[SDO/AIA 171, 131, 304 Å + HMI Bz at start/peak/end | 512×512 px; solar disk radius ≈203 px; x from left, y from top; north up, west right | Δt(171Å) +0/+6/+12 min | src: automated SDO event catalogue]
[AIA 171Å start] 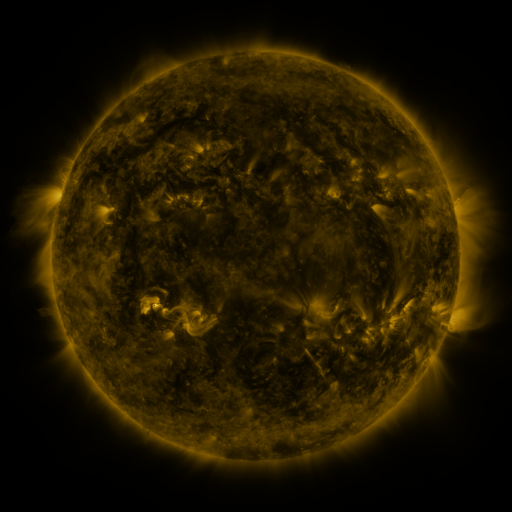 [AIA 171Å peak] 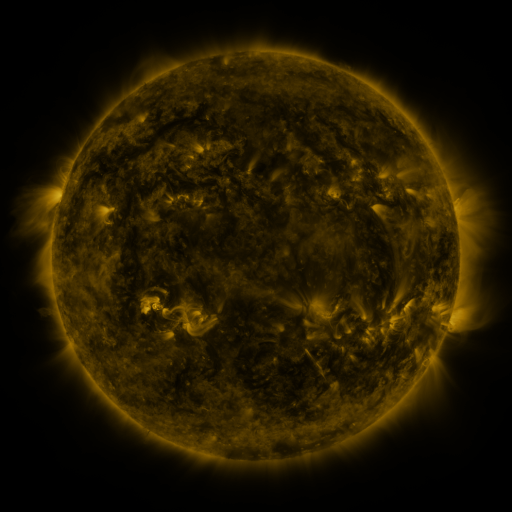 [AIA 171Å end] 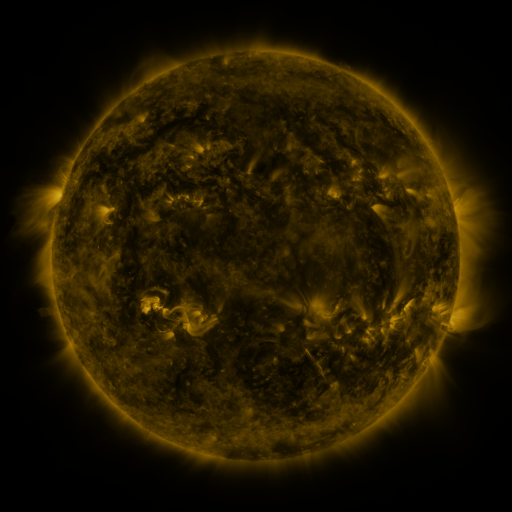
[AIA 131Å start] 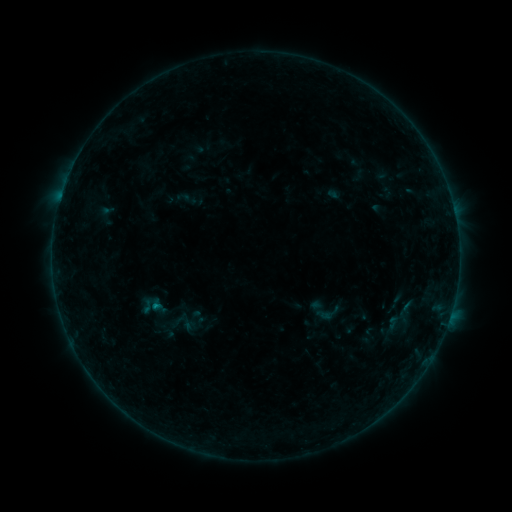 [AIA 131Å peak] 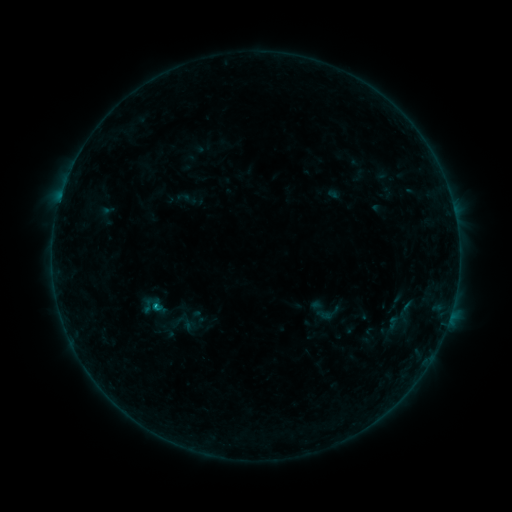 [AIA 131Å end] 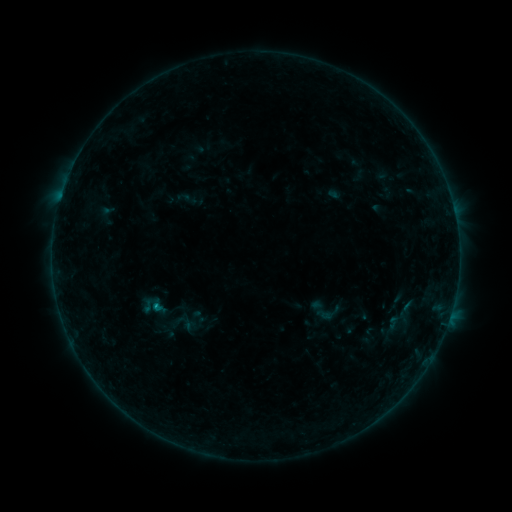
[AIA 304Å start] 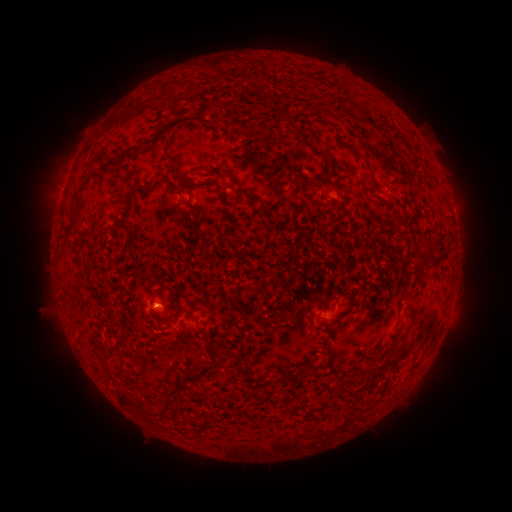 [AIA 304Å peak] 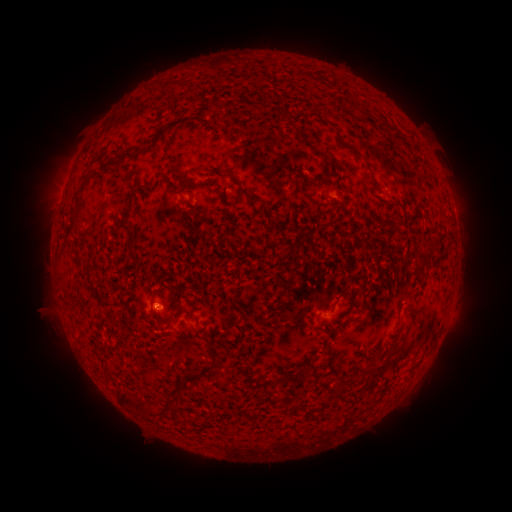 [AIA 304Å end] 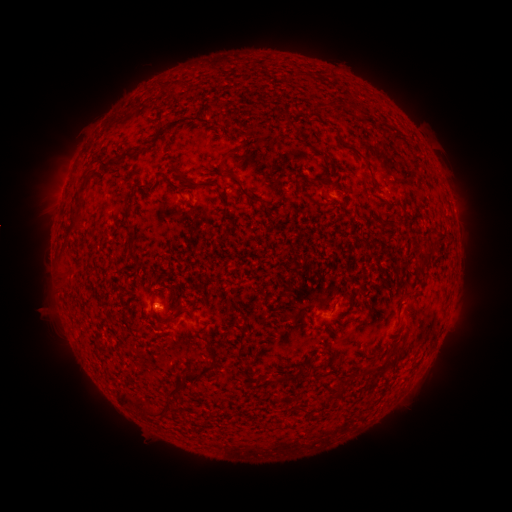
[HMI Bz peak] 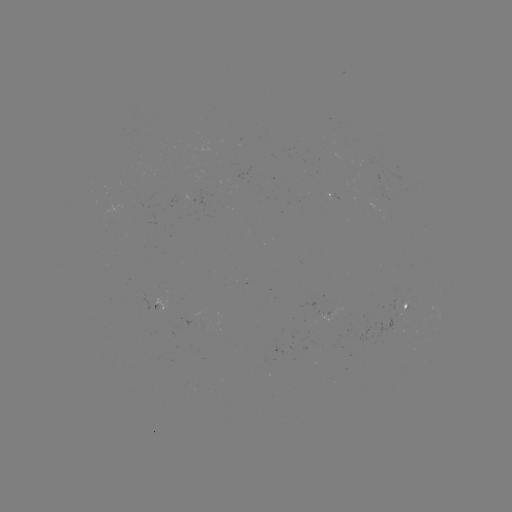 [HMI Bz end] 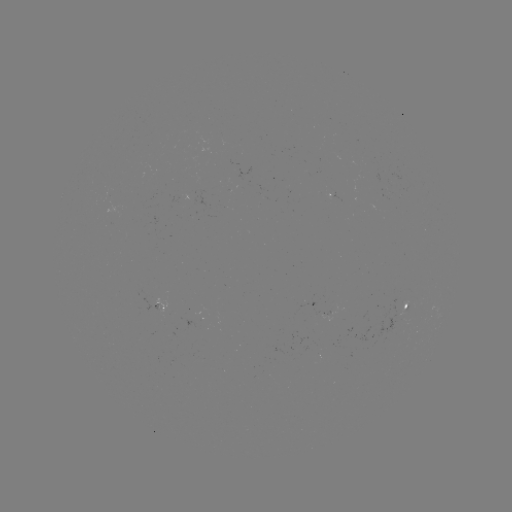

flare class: B3.0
